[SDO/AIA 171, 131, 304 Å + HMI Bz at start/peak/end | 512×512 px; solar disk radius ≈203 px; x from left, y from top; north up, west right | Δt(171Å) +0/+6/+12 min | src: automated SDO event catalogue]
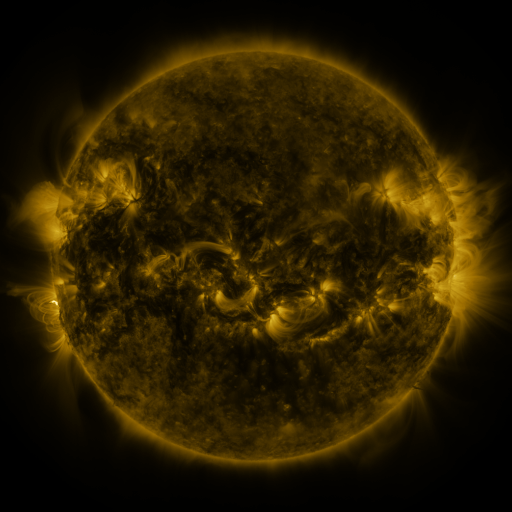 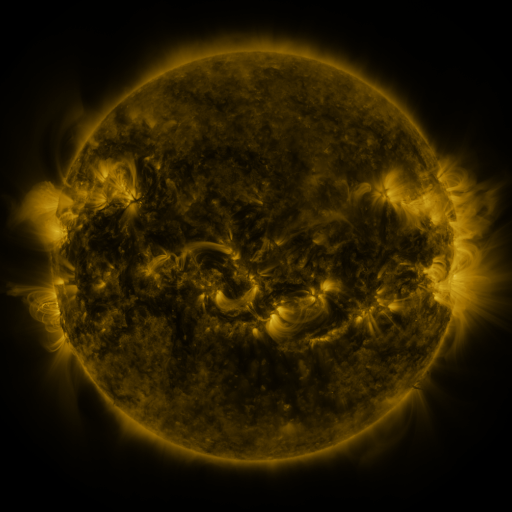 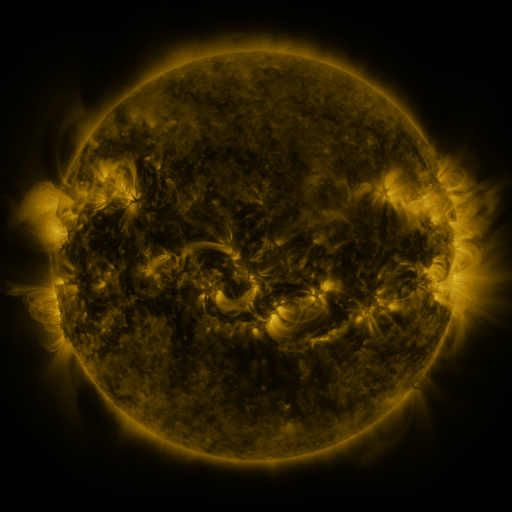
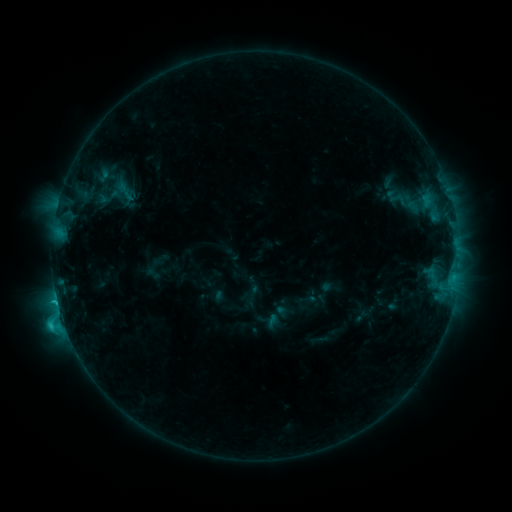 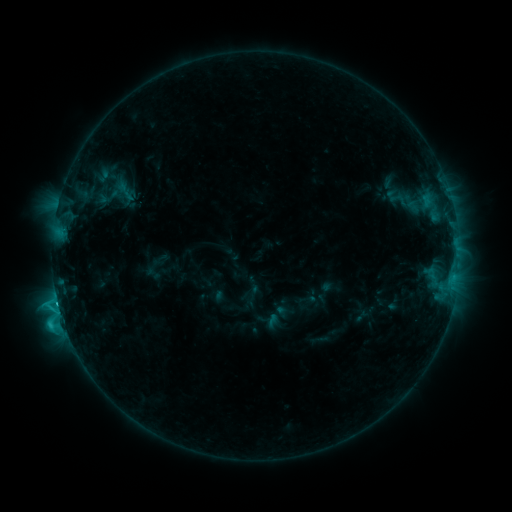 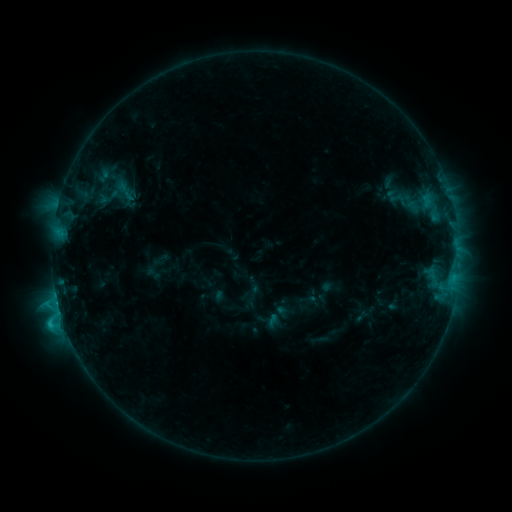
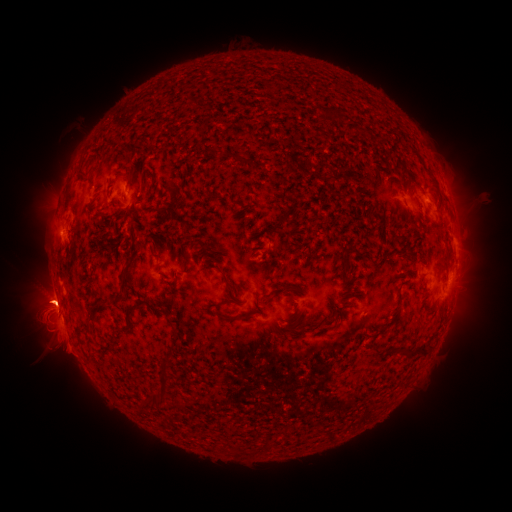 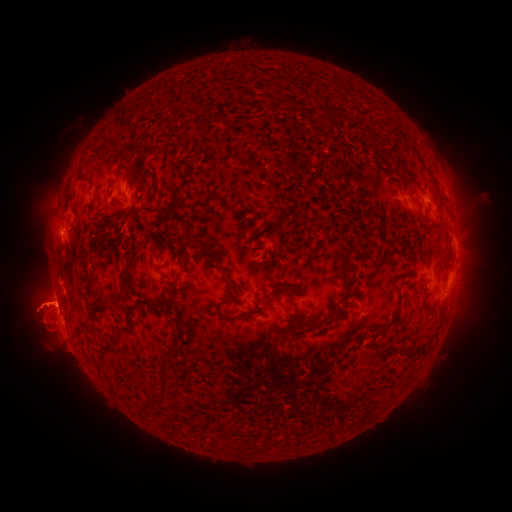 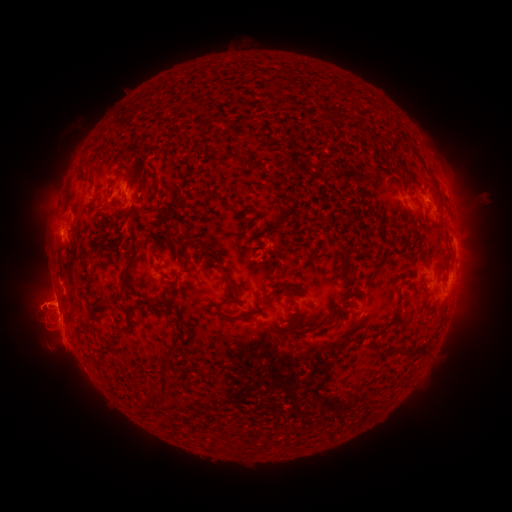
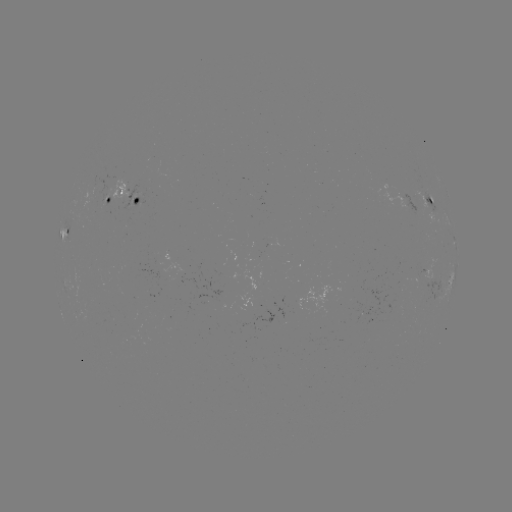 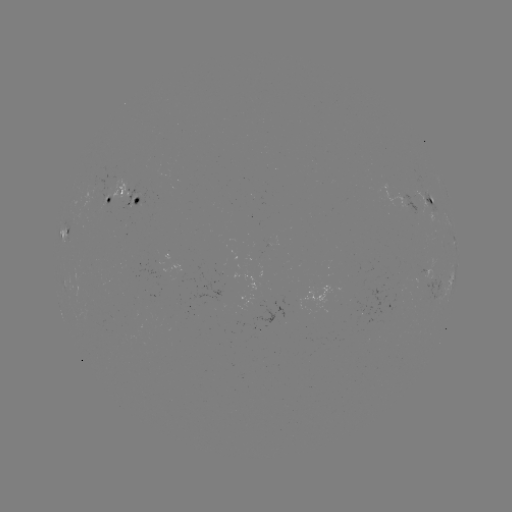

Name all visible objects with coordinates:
C2.7 flare: (58, 300)
